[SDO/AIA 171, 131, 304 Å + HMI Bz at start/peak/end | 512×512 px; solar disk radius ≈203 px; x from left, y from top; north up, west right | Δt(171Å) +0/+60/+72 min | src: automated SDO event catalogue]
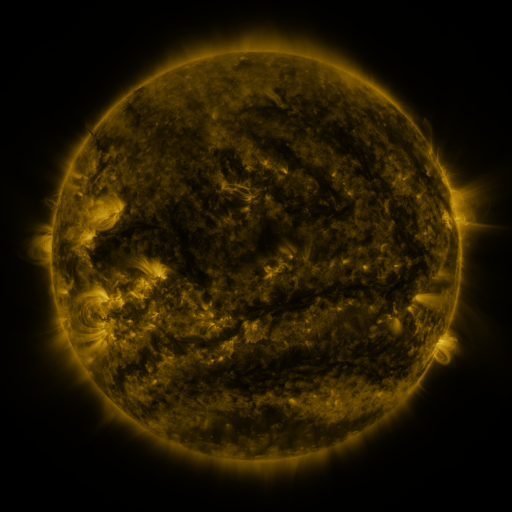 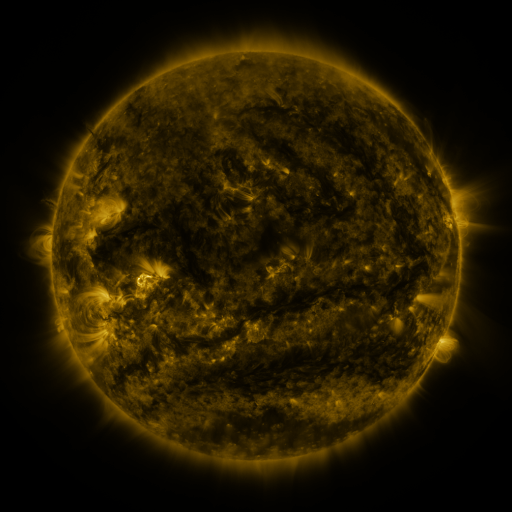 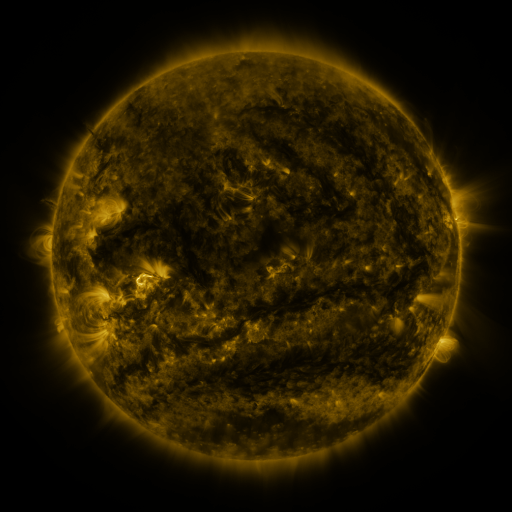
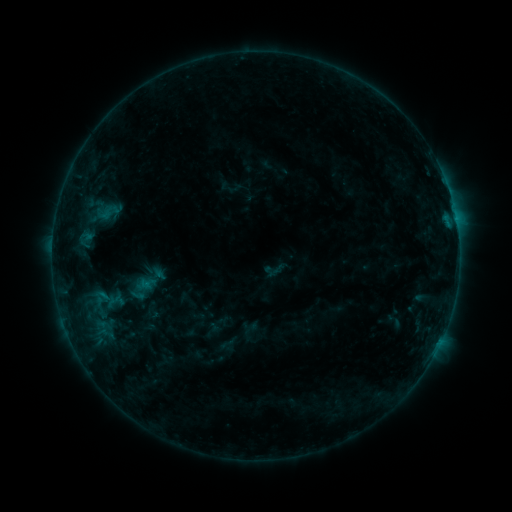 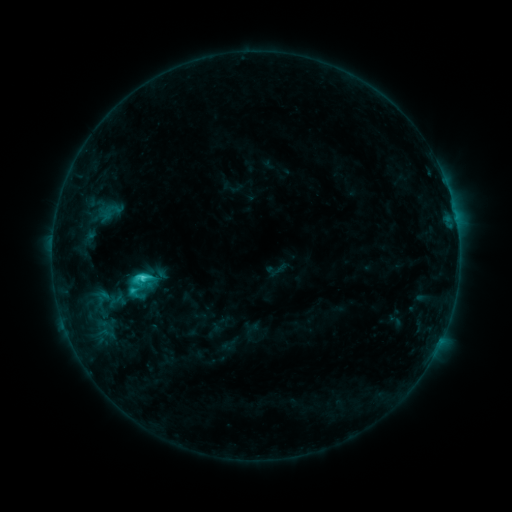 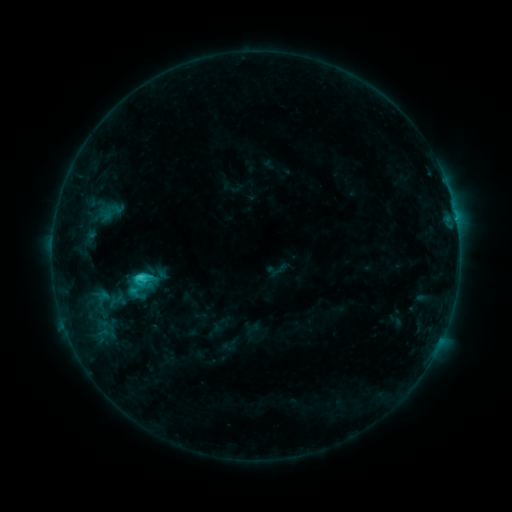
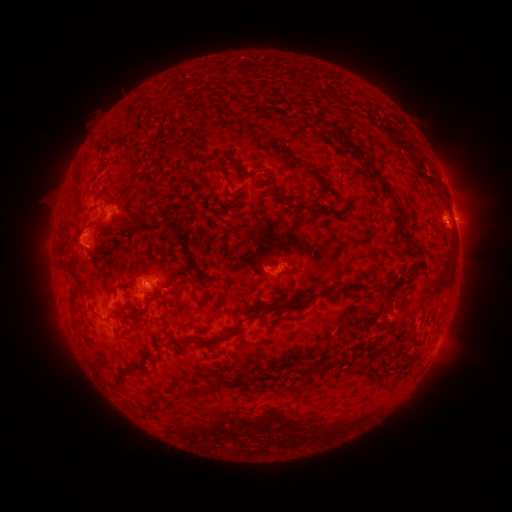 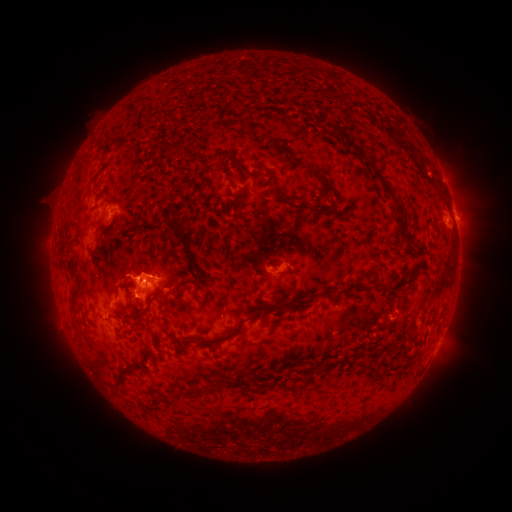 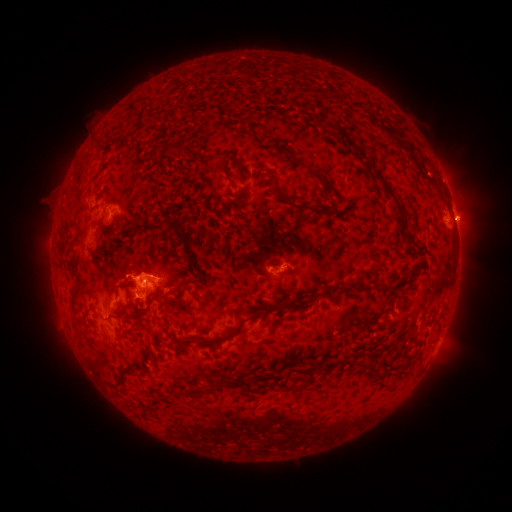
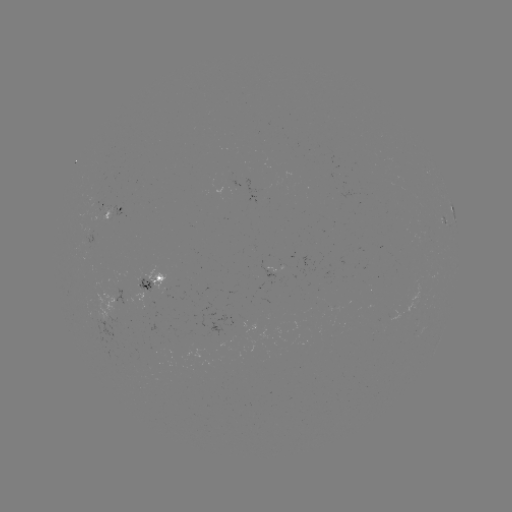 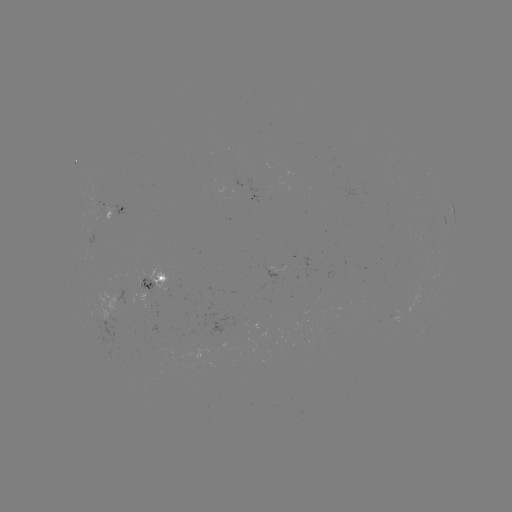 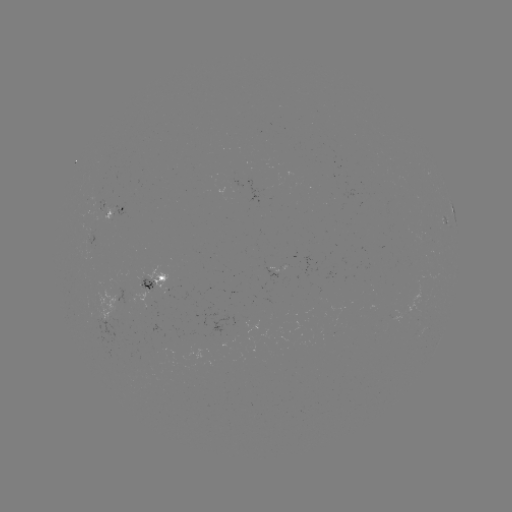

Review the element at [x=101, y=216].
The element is emerging-flux region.